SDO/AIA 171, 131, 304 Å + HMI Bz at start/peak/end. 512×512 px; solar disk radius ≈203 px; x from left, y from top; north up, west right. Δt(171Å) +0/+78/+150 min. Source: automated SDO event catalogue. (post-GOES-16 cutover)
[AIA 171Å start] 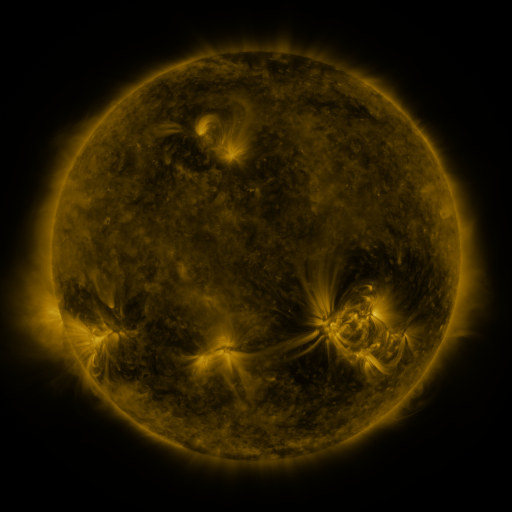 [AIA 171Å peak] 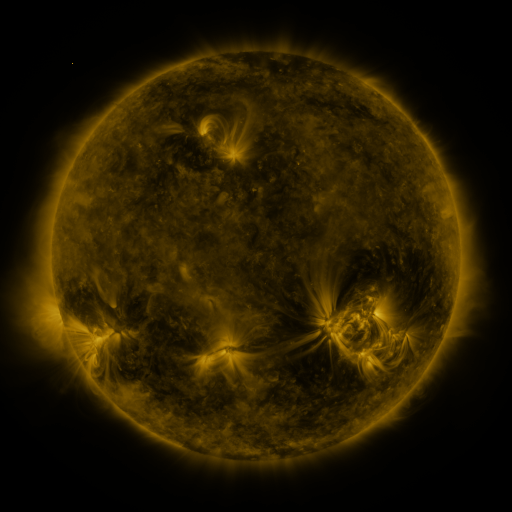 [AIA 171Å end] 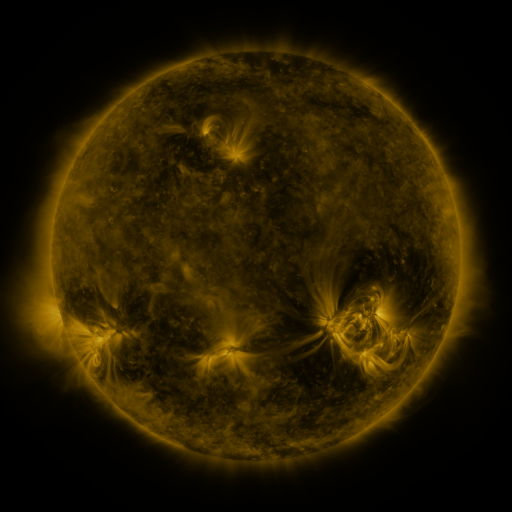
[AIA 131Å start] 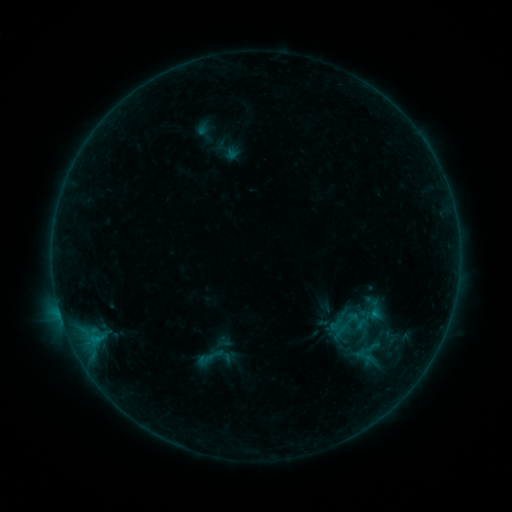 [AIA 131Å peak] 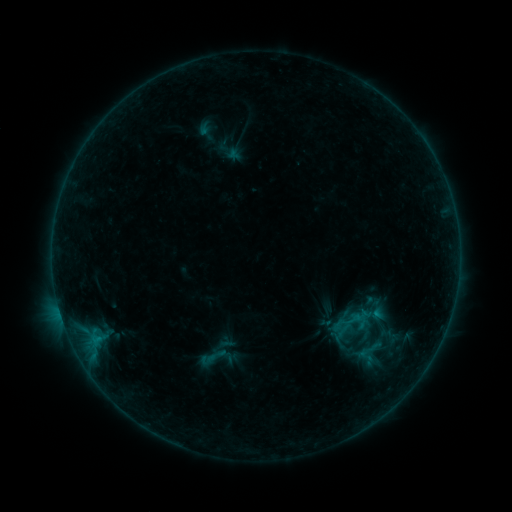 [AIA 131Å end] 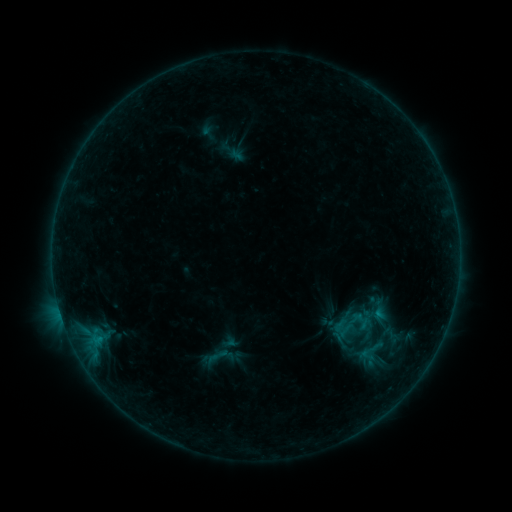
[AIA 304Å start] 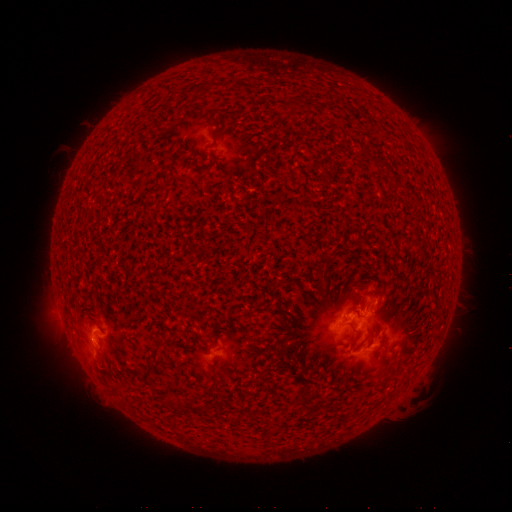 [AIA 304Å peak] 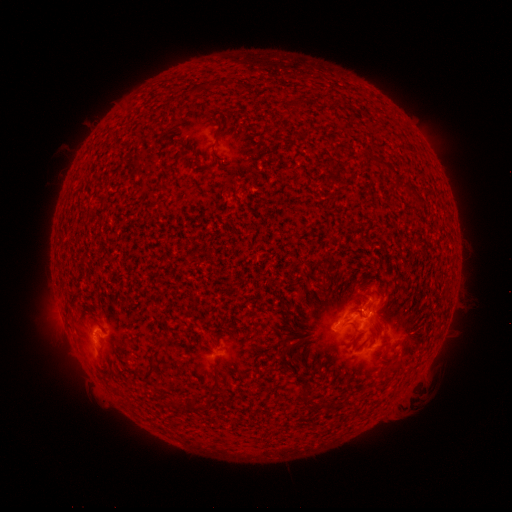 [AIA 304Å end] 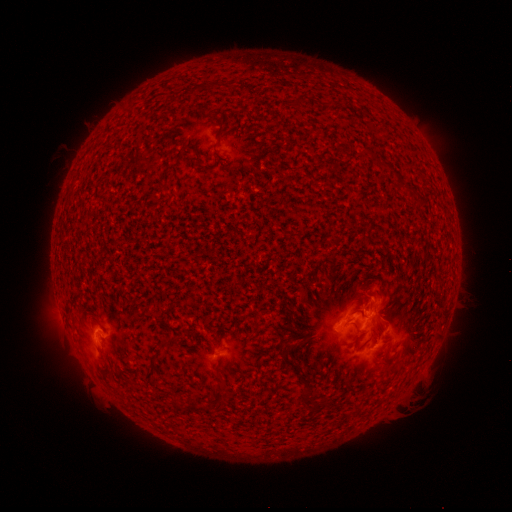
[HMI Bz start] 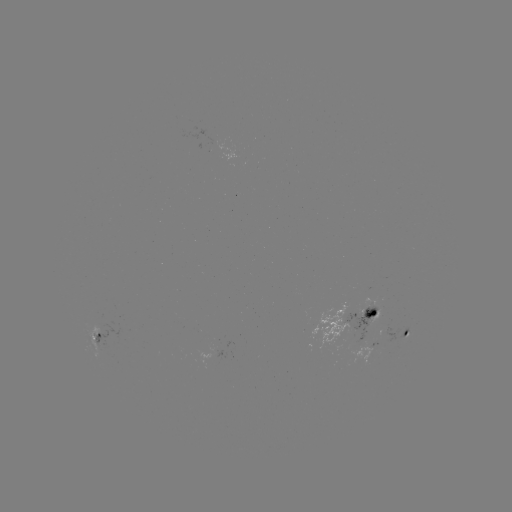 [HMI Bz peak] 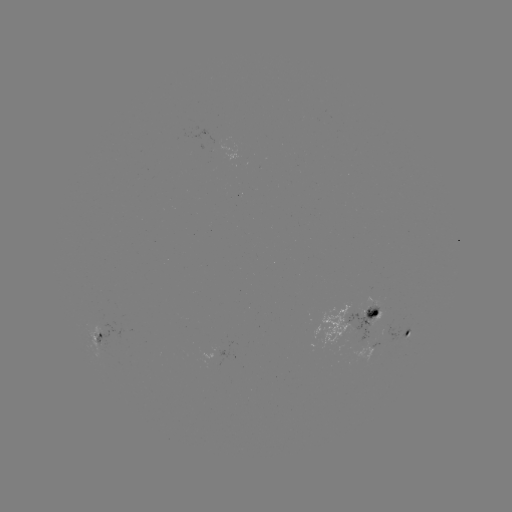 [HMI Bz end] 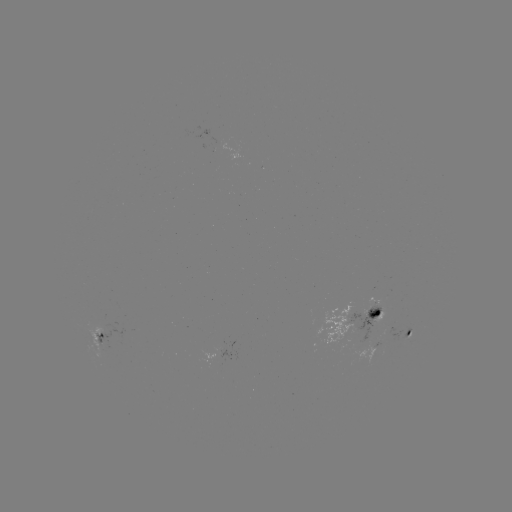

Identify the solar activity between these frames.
B6.7 flare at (365, 314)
